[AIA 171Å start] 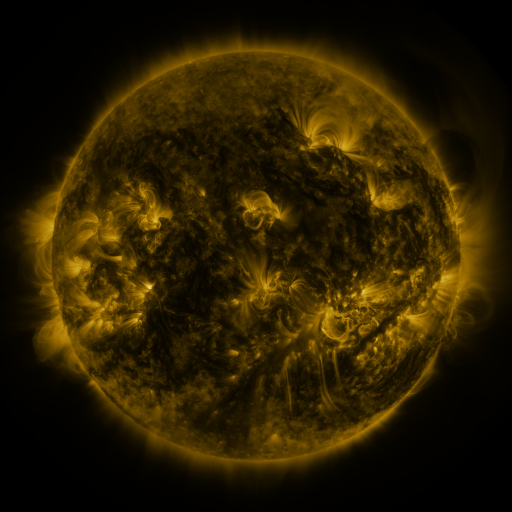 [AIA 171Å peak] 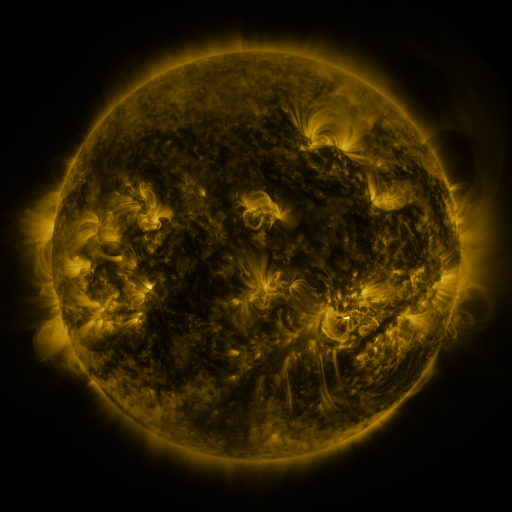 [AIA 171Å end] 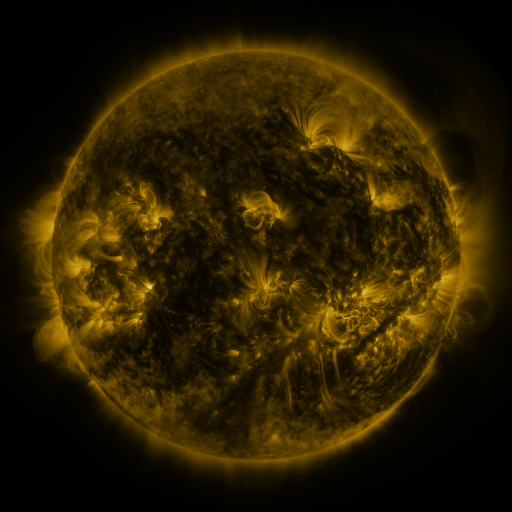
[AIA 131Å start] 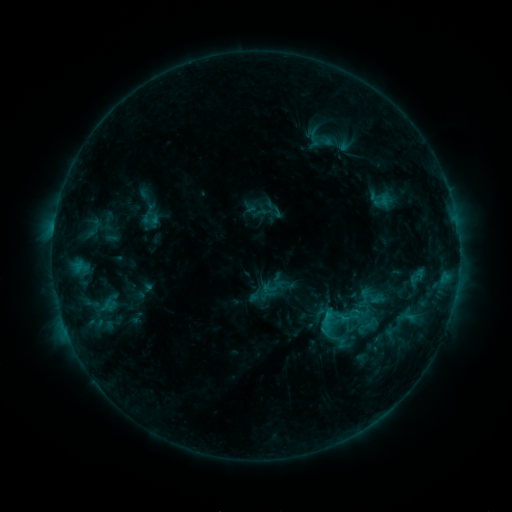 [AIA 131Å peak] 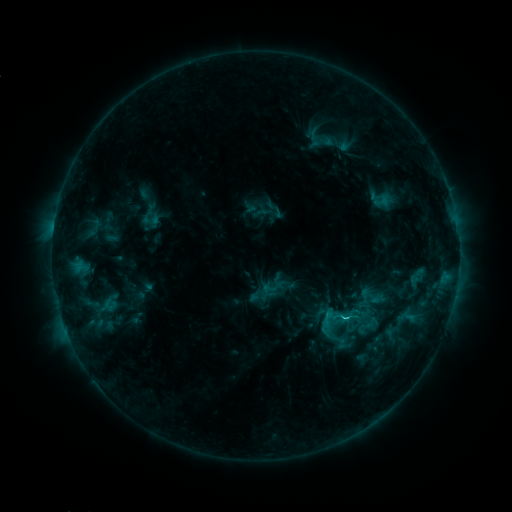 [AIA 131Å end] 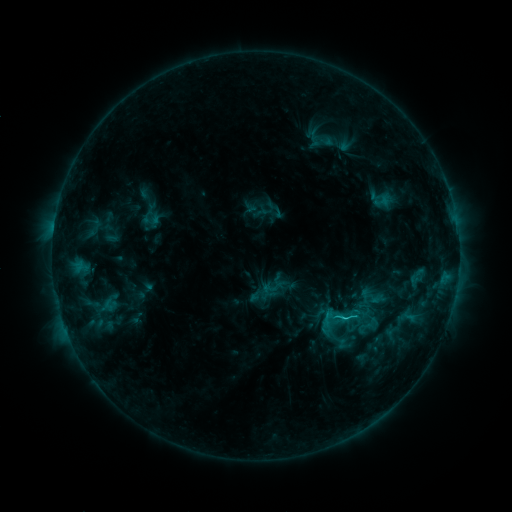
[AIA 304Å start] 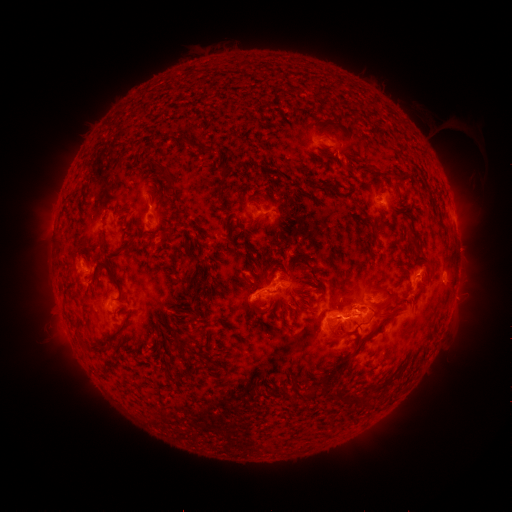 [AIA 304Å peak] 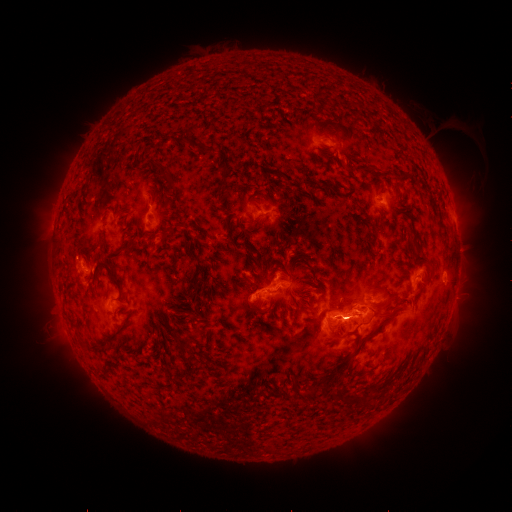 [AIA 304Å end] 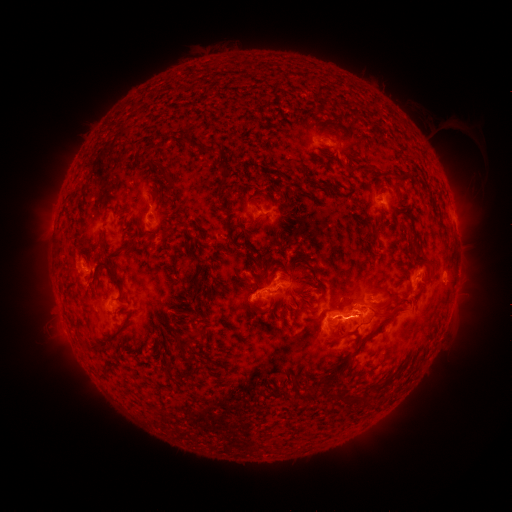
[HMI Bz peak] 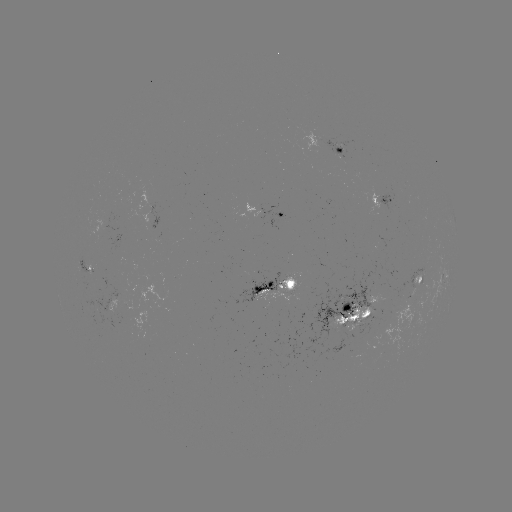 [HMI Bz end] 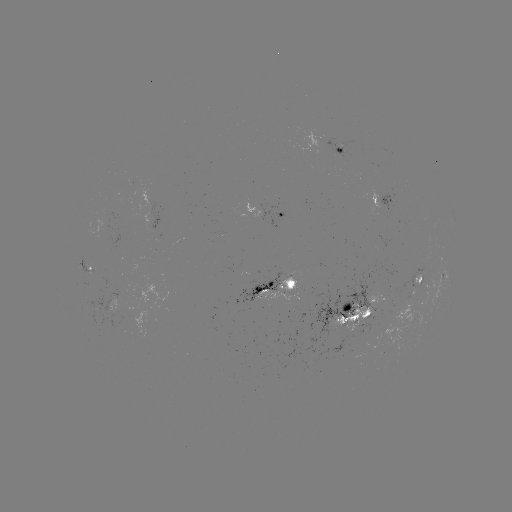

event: flare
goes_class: C1.7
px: (343, 317)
